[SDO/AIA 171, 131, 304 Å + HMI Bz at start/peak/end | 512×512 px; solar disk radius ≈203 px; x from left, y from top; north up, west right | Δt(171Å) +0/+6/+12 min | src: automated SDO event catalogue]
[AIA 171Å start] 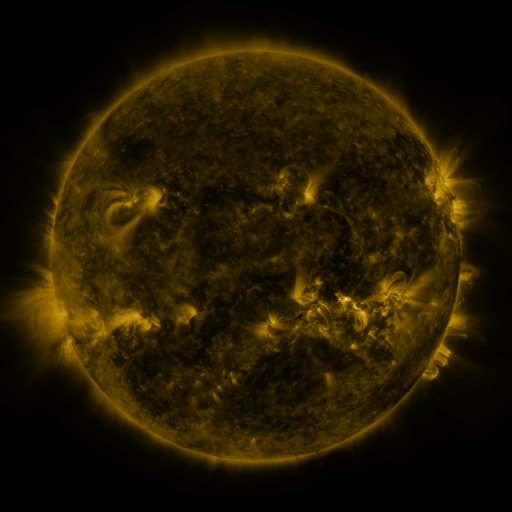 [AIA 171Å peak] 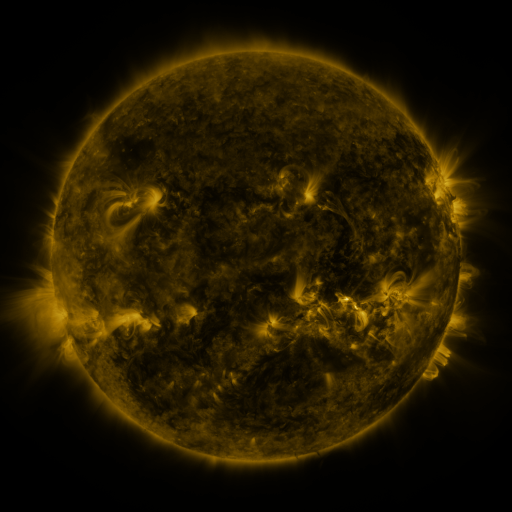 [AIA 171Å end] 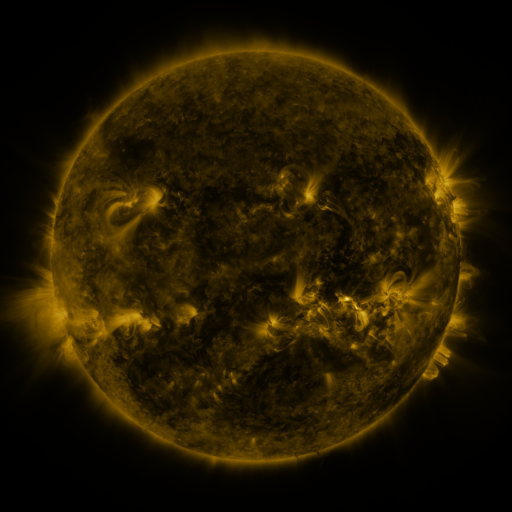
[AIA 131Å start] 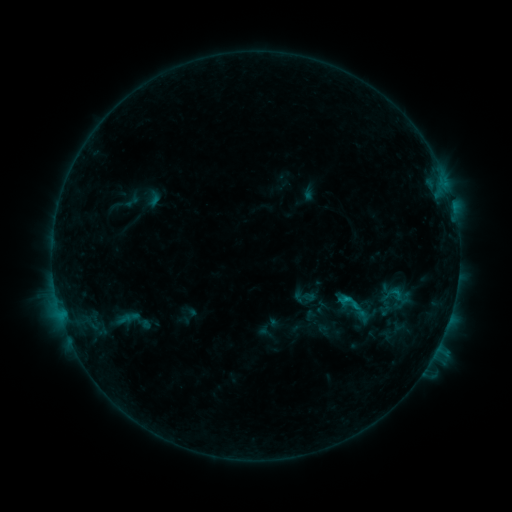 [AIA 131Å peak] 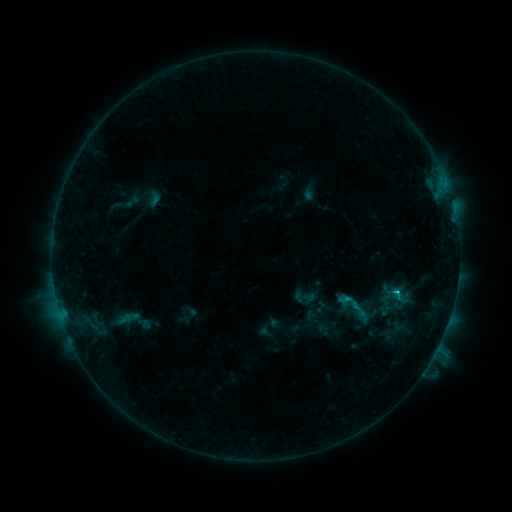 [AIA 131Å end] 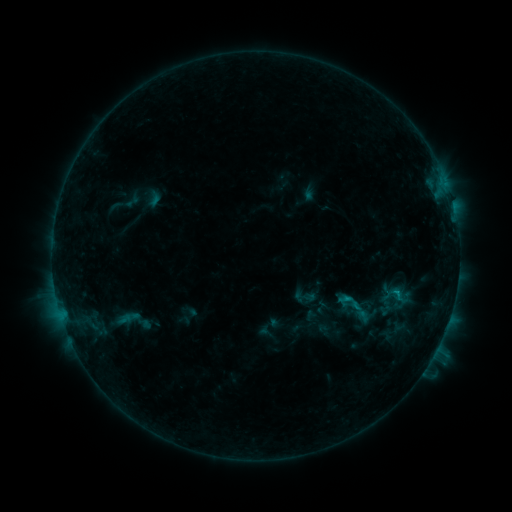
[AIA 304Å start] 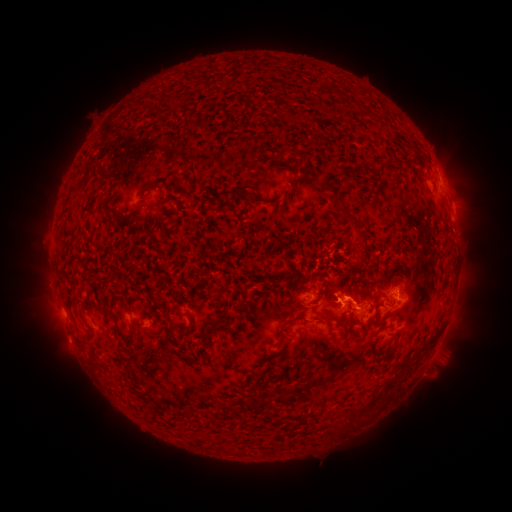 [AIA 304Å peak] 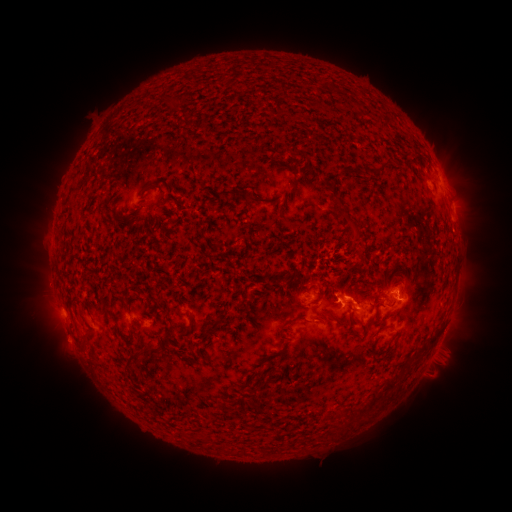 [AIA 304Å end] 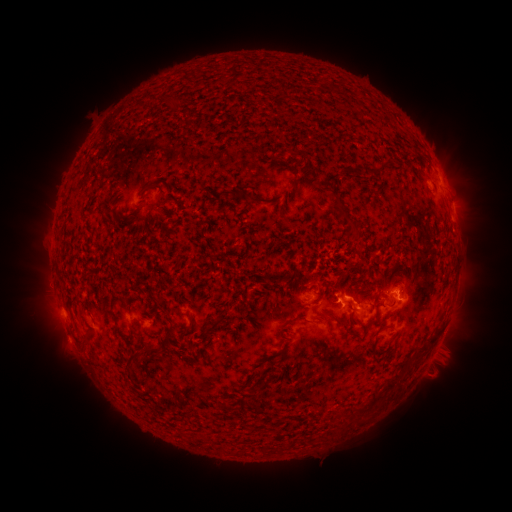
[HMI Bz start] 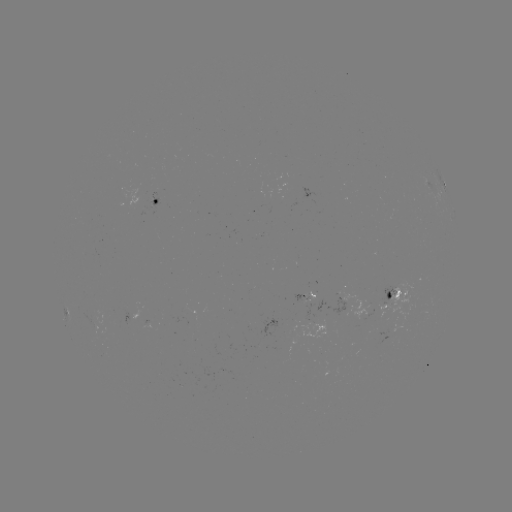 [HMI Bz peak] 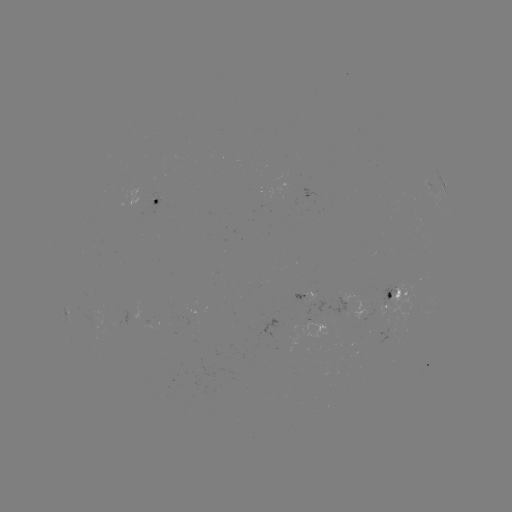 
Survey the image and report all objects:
C1.3 flare: (394, 291)
